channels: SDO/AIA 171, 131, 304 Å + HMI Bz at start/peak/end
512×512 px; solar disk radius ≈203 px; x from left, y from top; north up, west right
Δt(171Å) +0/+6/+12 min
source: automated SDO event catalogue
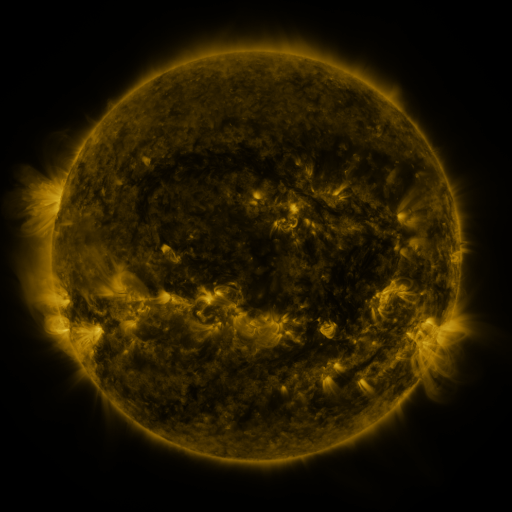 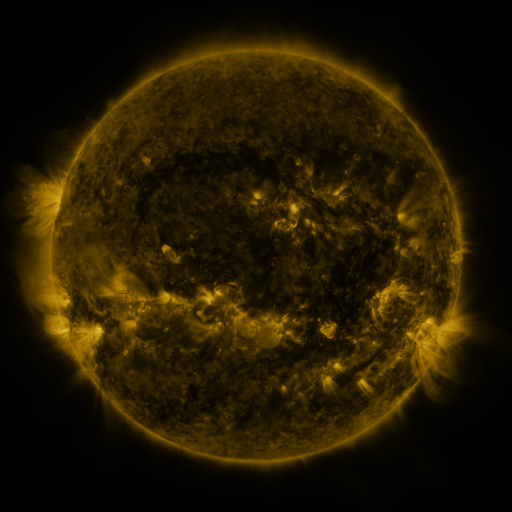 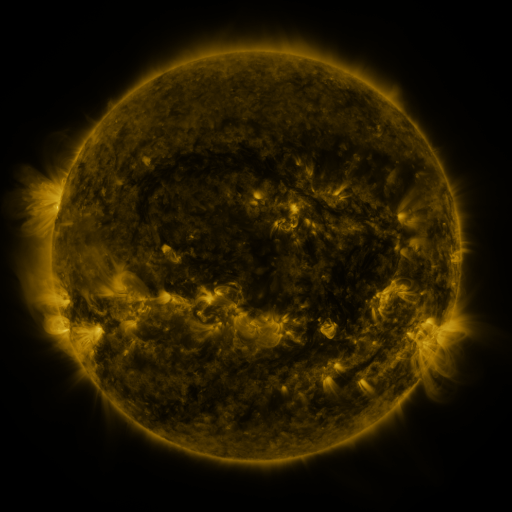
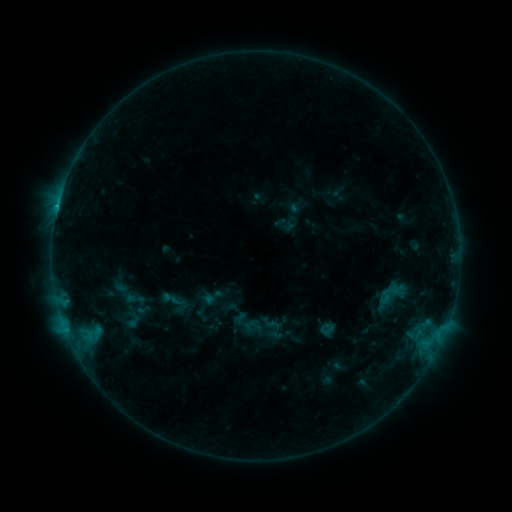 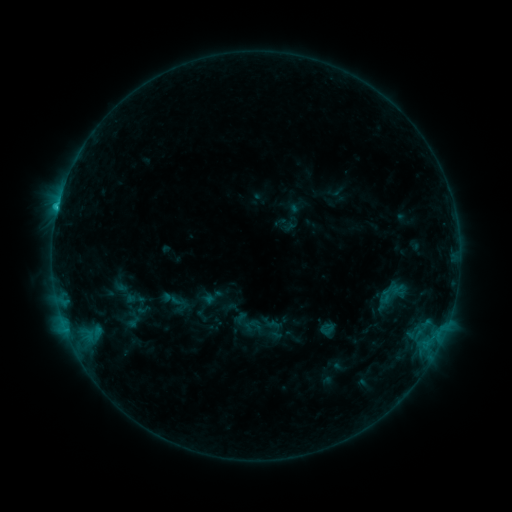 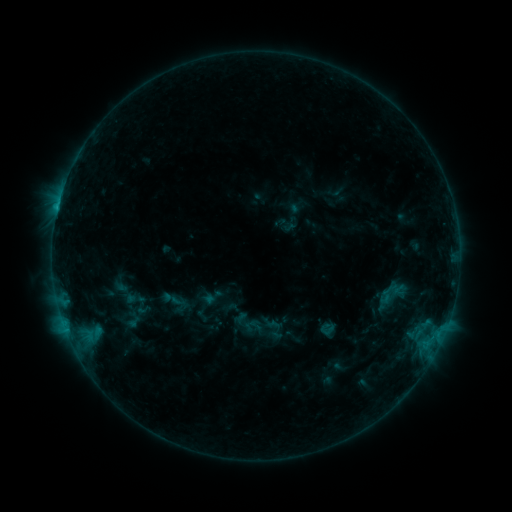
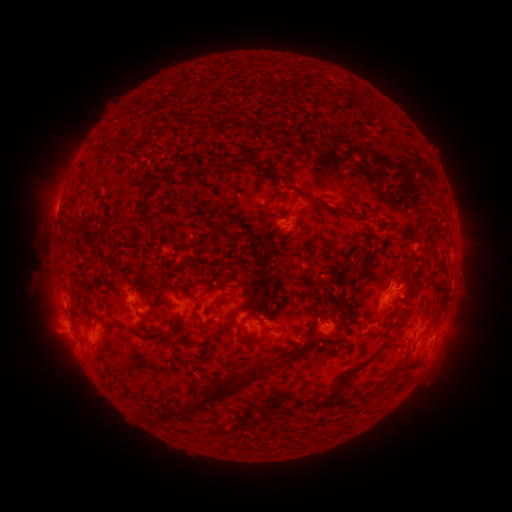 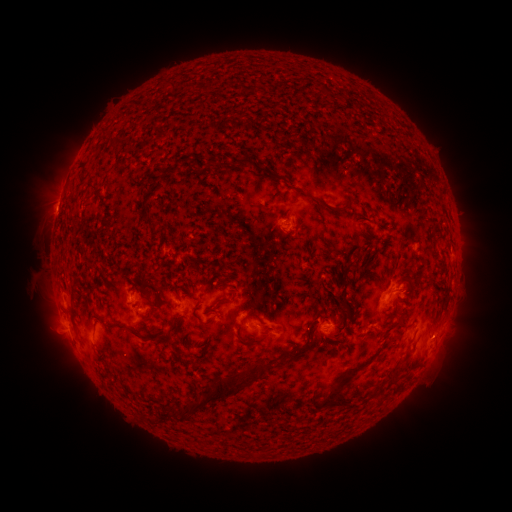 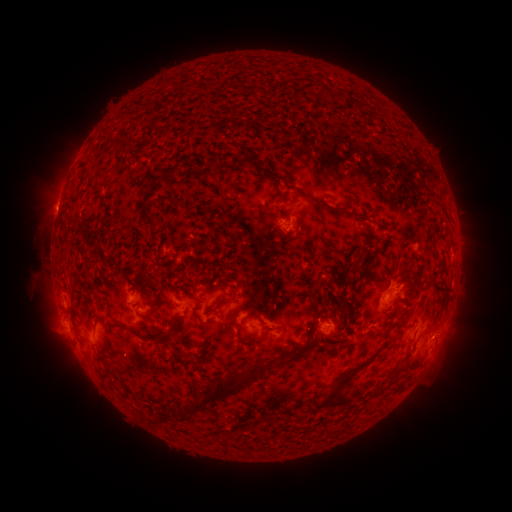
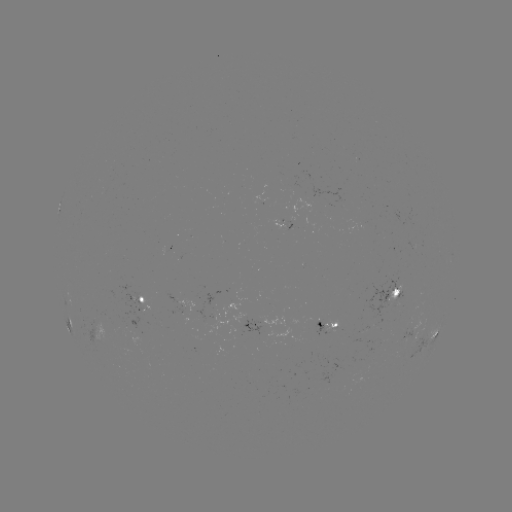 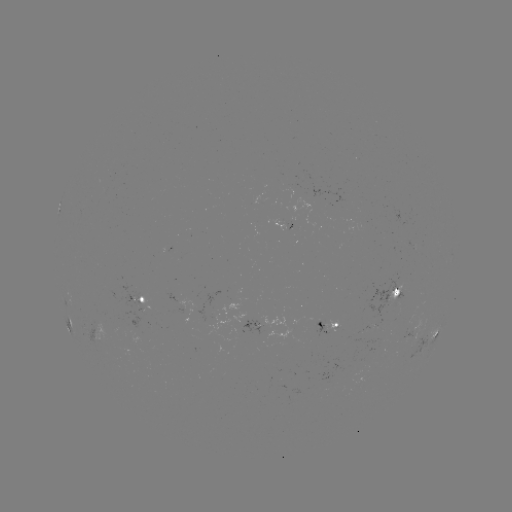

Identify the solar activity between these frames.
B9.5 flare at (58, 211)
